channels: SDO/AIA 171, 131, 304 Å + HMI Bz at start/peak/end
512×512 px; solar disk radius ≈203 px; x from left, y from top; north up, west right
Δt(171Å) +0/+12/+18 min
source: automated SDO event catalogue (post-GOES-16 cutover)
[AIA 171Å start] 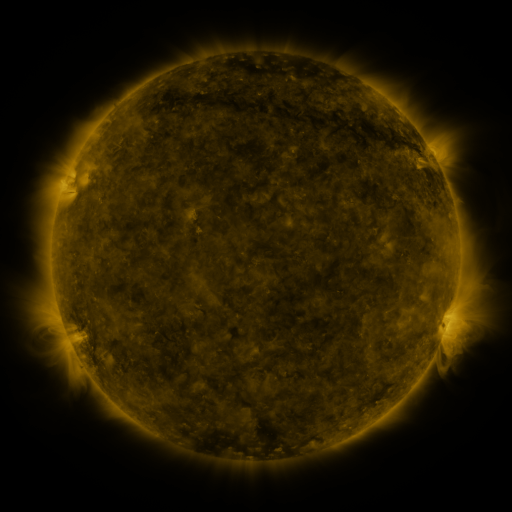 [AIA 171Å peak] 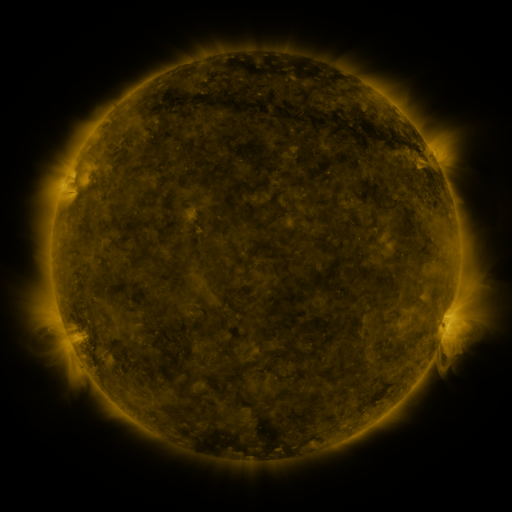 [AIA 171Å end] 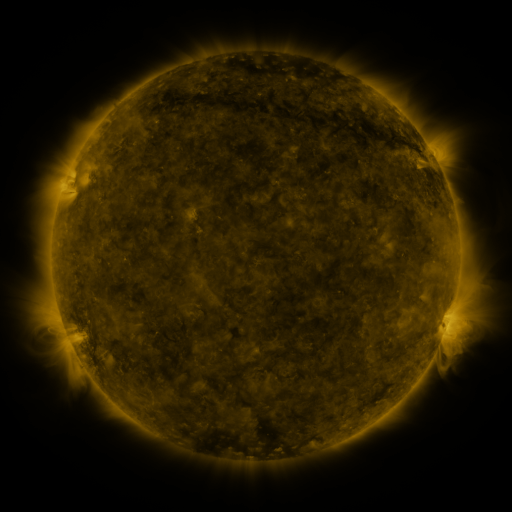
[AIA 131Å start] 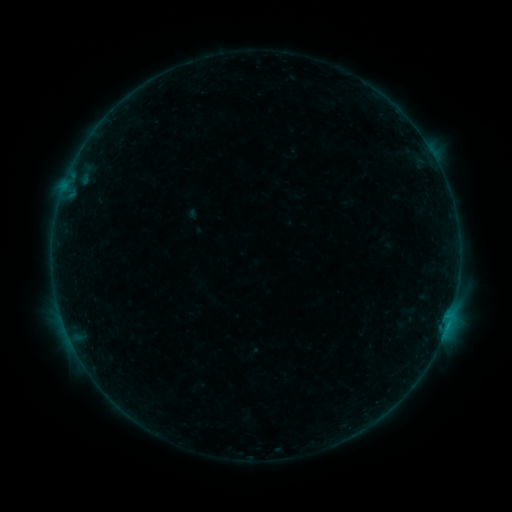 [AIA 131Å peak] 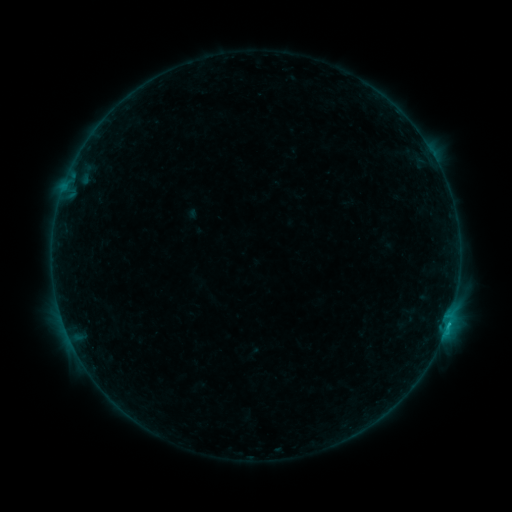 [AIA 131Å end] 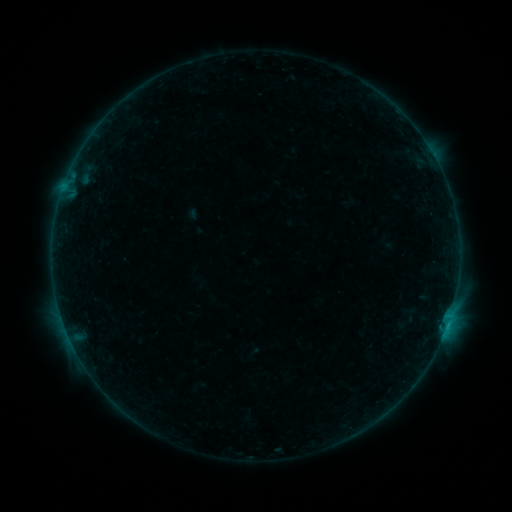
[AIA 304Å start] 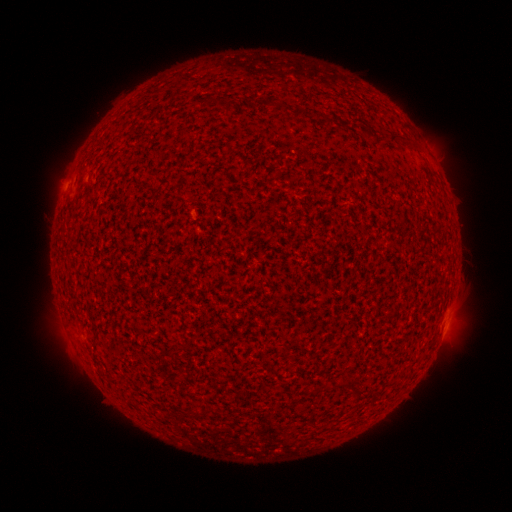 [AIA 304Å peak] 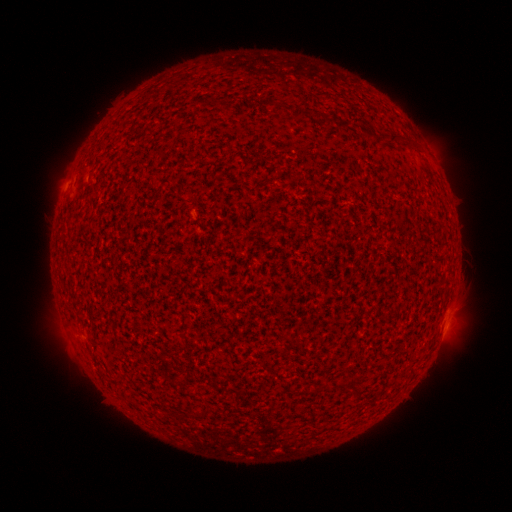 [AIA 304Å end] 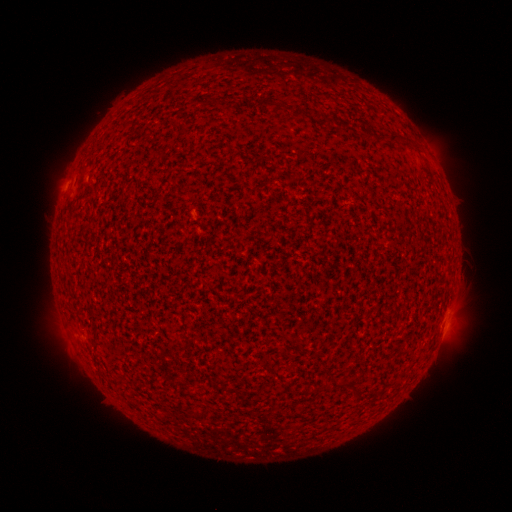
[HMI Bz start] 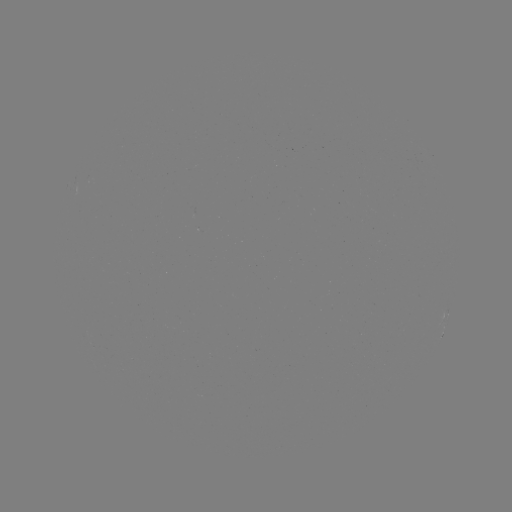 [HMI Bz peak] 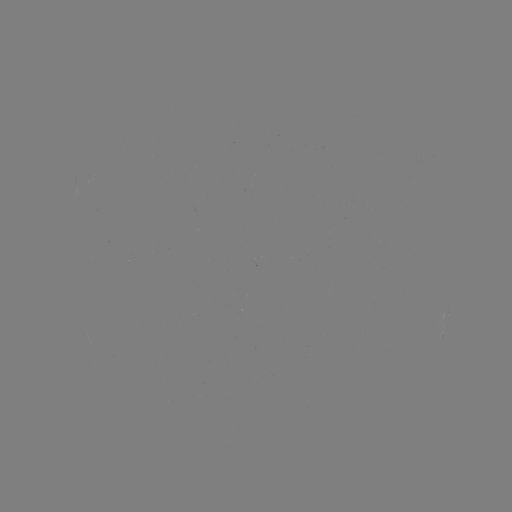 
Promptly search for B4.2 flare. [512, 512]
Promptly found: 447,322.